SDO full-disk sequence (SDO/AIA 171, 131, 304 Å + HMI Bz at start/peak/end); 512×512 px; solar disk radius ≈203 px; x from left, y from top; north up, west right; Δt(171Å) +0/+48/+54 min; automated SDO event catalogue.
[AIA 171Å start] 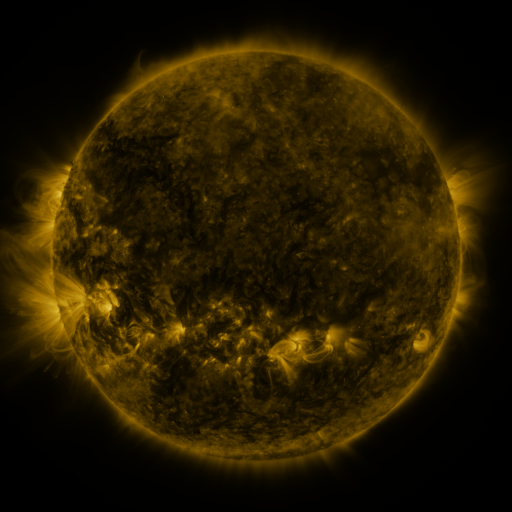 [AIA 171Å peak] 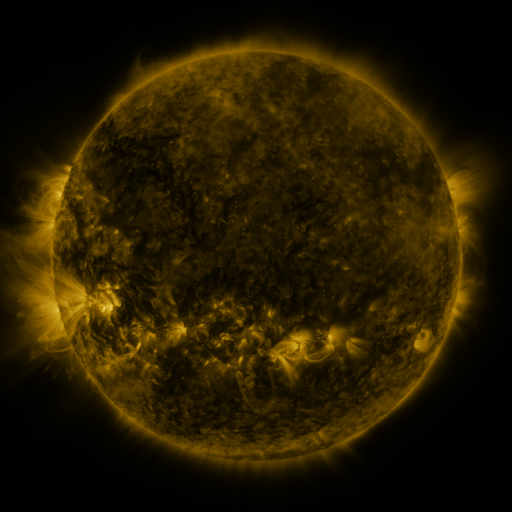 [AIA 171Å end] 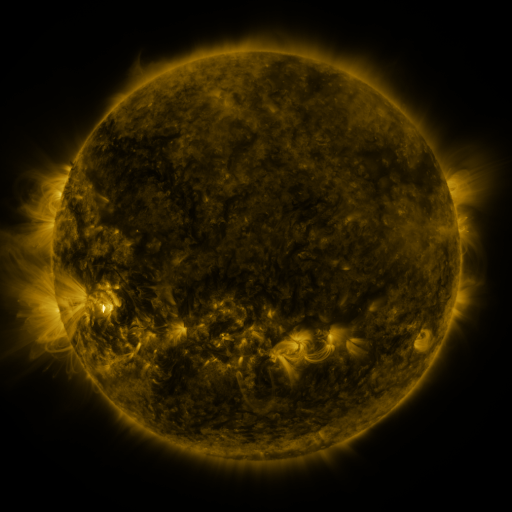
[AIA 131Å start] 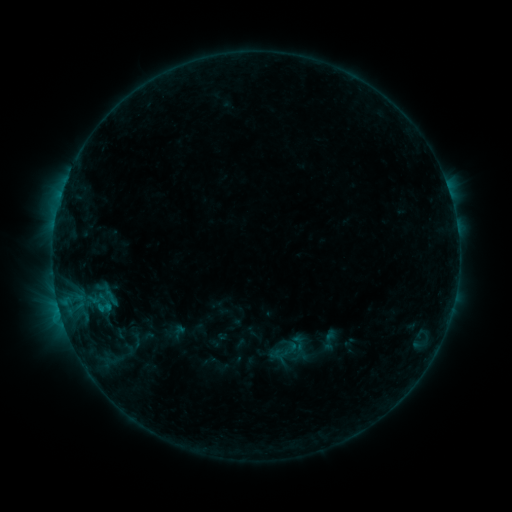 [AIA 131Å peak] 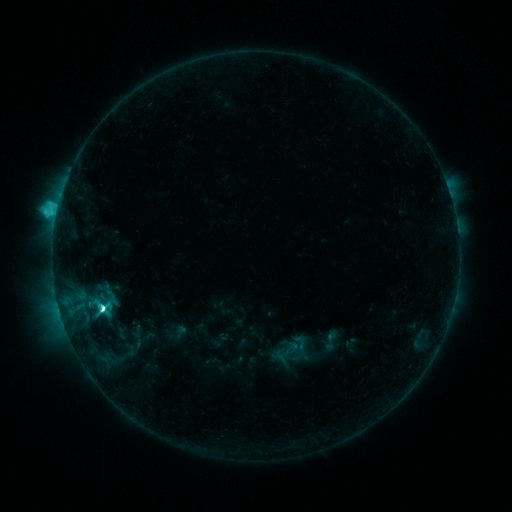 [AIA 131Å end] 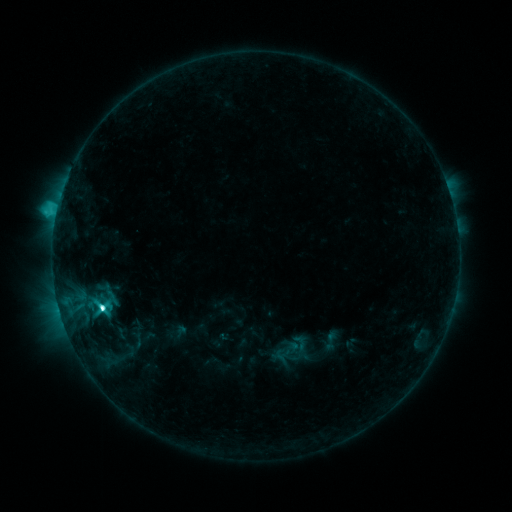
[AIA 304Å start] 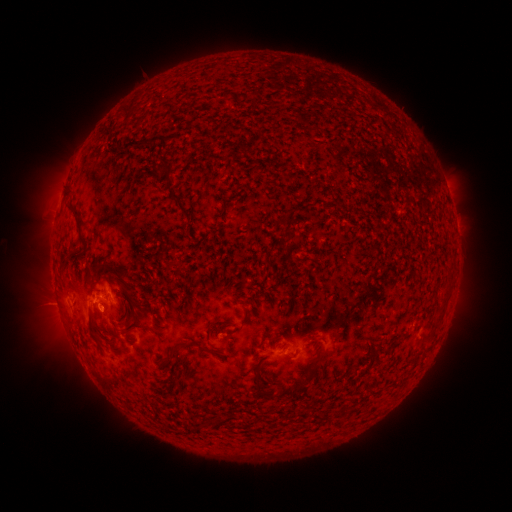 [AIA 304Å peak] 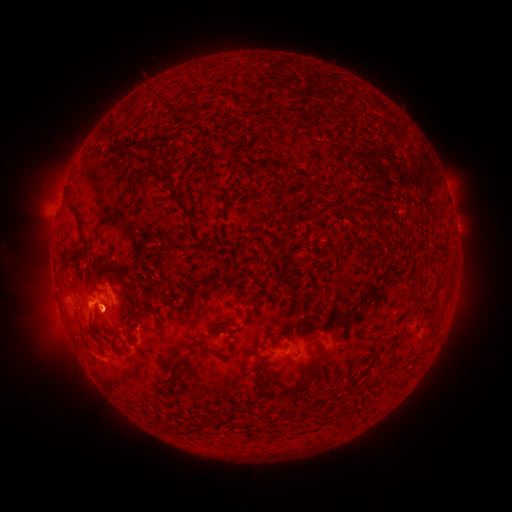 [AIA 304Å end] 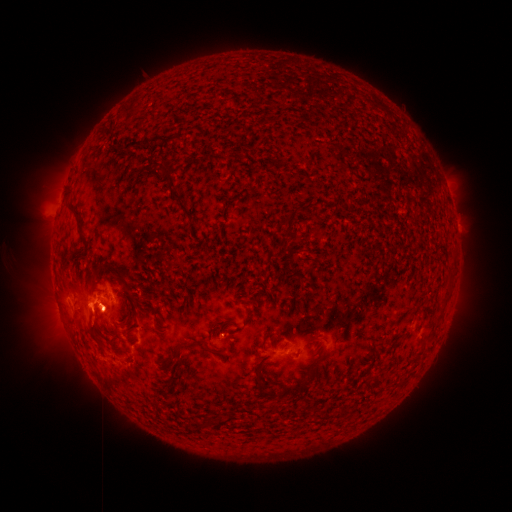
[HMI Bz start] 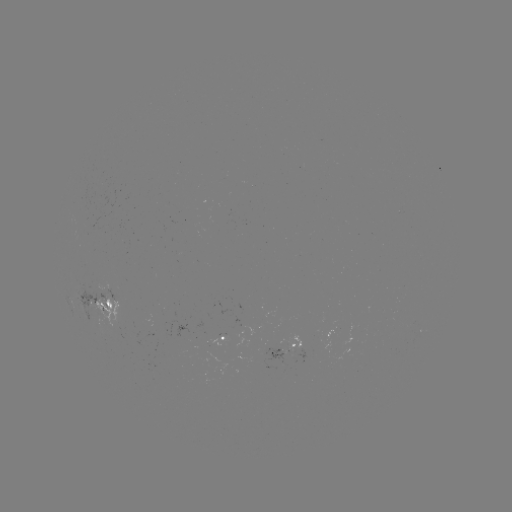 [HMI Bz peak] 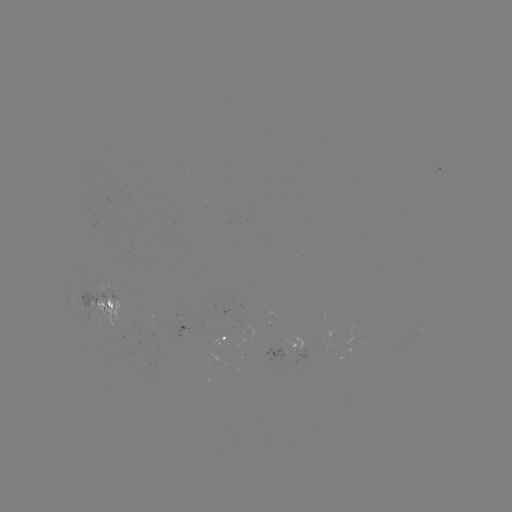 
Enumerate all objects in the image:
C4.9 flare: (102, 307)
